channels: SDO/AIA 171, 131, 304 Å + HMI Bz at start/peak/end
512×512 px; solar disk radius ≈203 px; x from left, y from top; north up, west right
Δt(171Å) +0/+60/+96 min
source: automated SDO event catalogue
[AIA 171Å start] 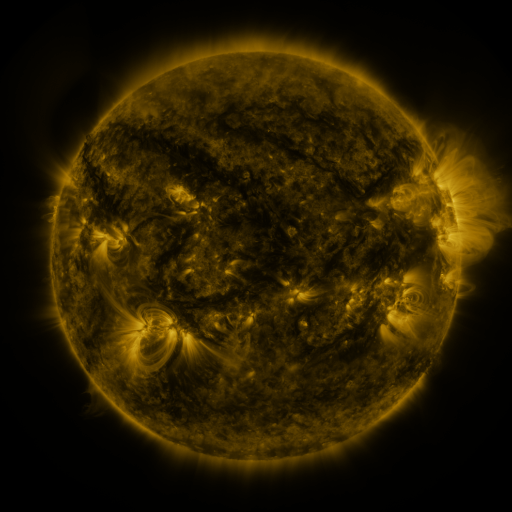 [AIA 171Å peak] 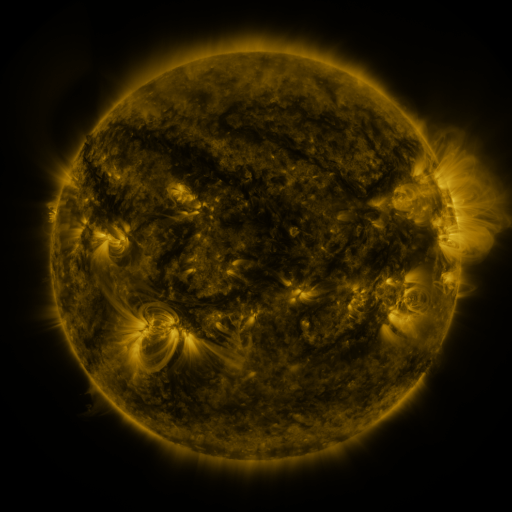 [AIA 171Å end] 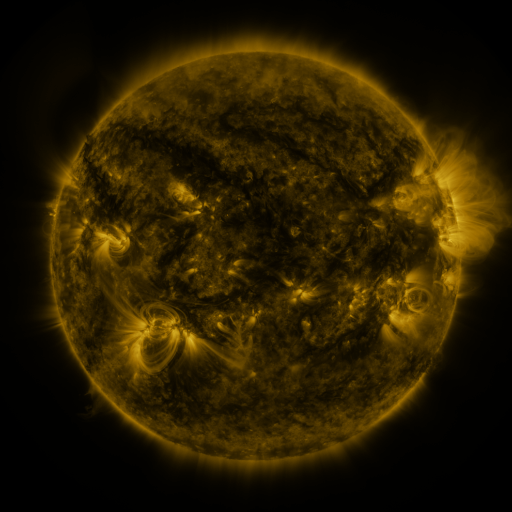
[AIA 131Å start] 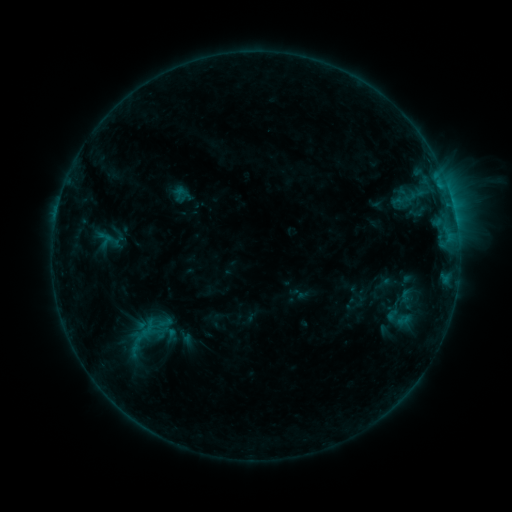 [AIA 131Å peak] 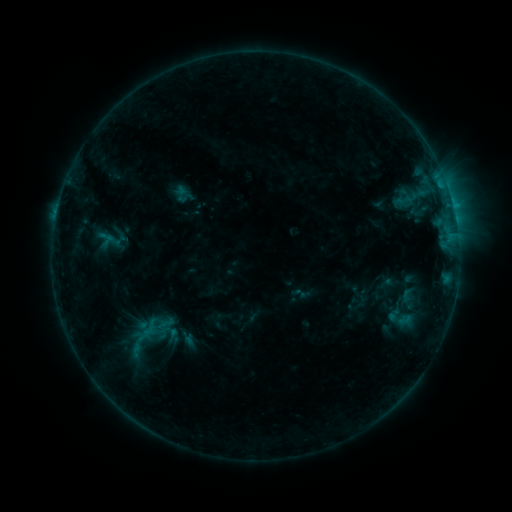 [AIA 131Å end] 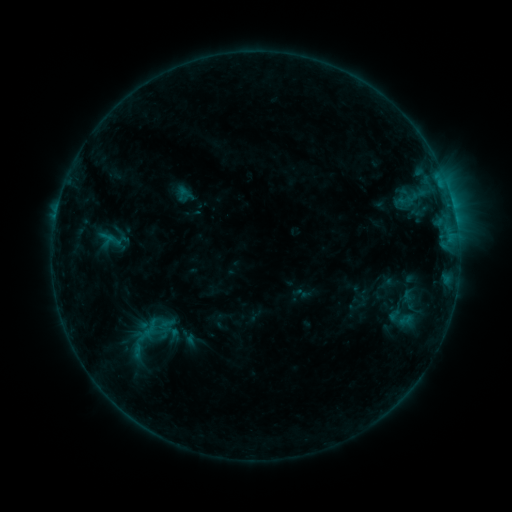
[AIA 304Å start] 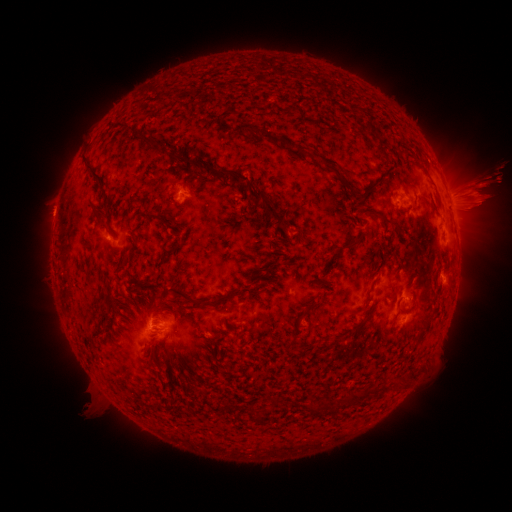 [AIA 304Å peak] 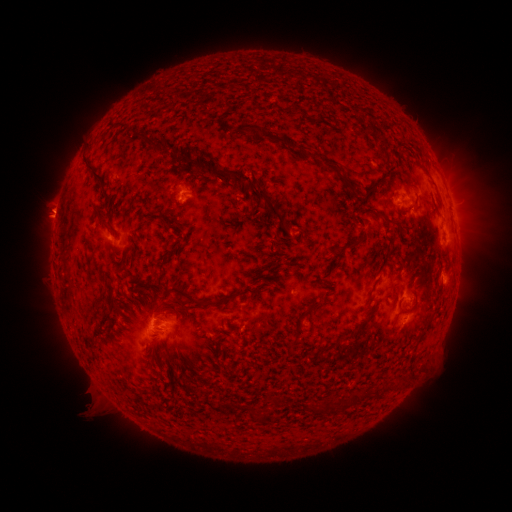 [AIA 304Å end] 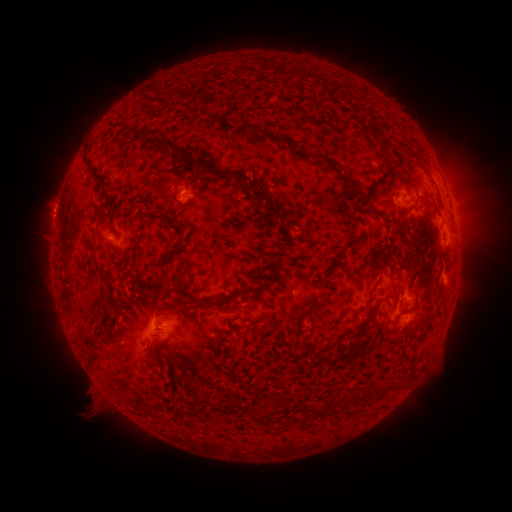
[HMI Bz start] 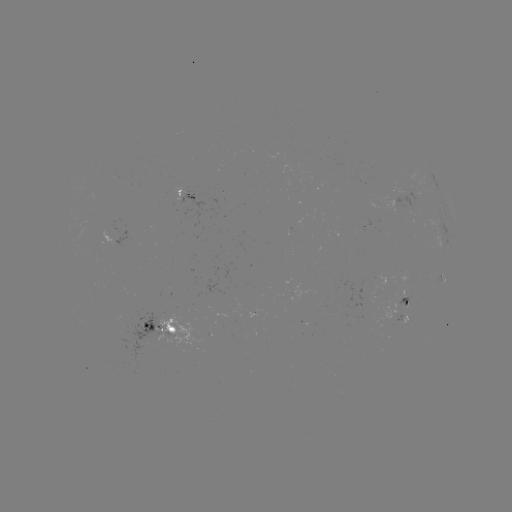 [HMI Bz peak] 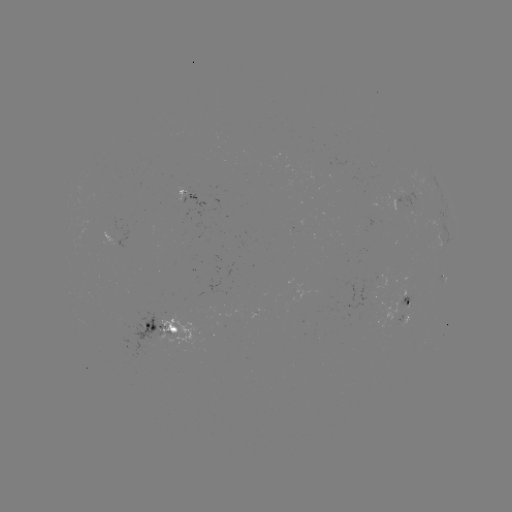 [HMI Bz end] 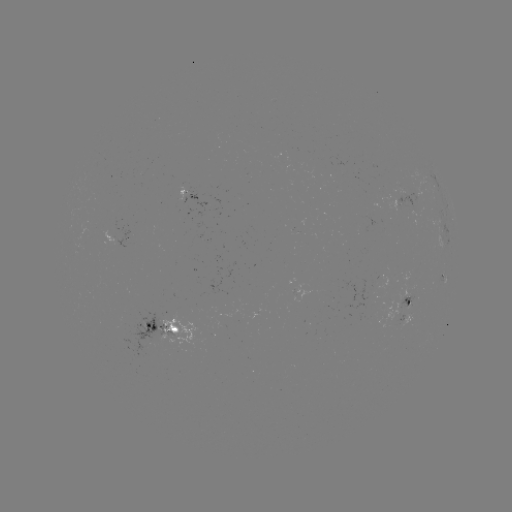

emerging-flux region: (397, 314, 411, 326)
